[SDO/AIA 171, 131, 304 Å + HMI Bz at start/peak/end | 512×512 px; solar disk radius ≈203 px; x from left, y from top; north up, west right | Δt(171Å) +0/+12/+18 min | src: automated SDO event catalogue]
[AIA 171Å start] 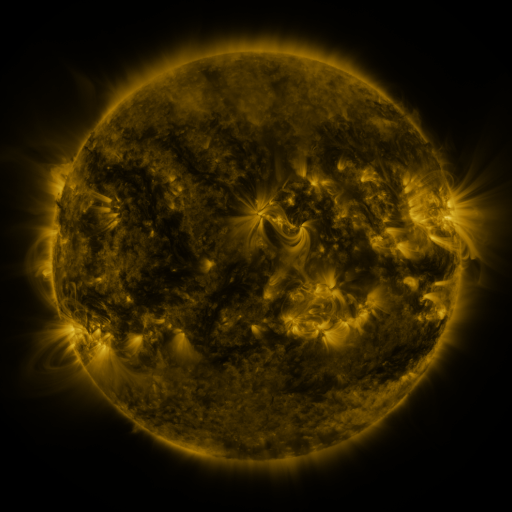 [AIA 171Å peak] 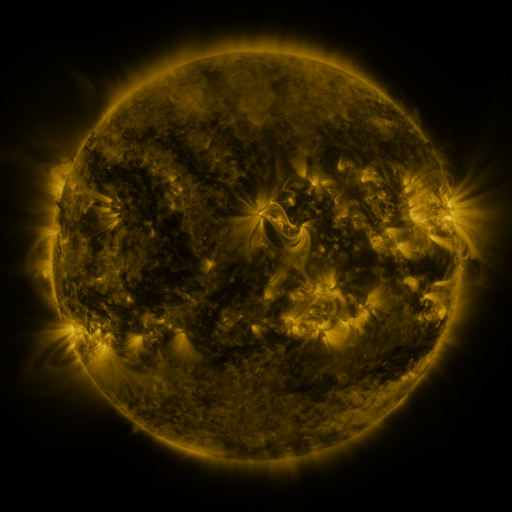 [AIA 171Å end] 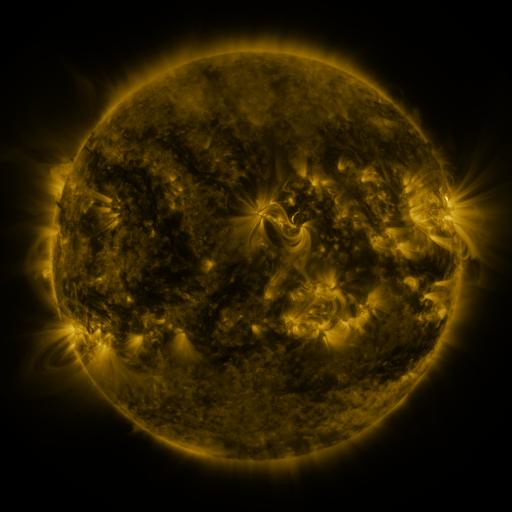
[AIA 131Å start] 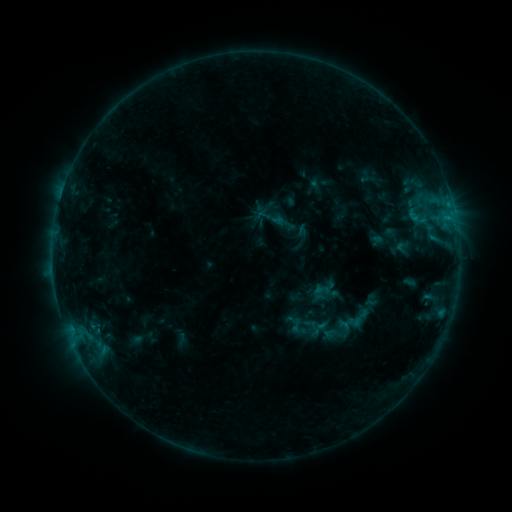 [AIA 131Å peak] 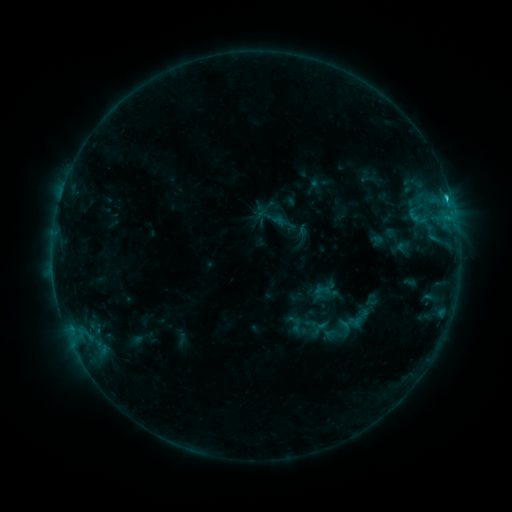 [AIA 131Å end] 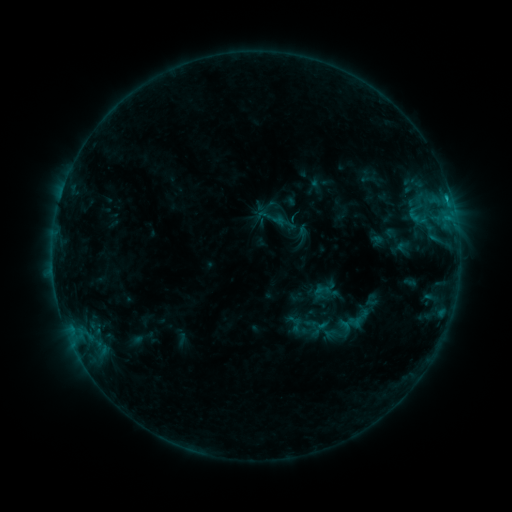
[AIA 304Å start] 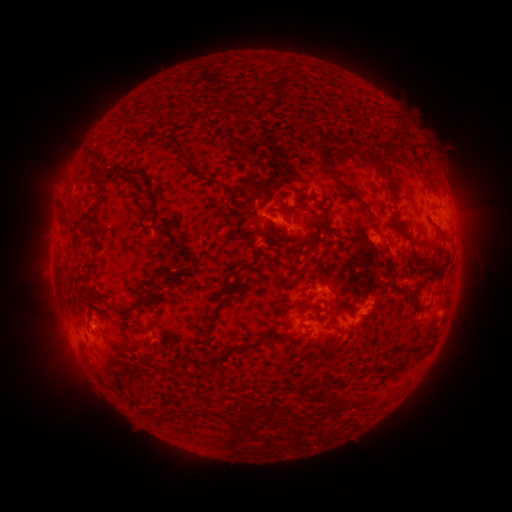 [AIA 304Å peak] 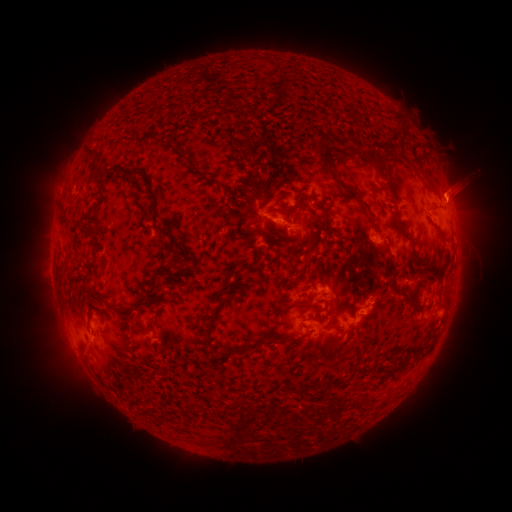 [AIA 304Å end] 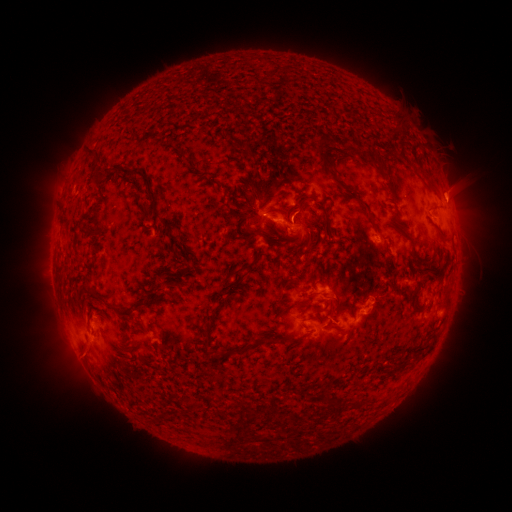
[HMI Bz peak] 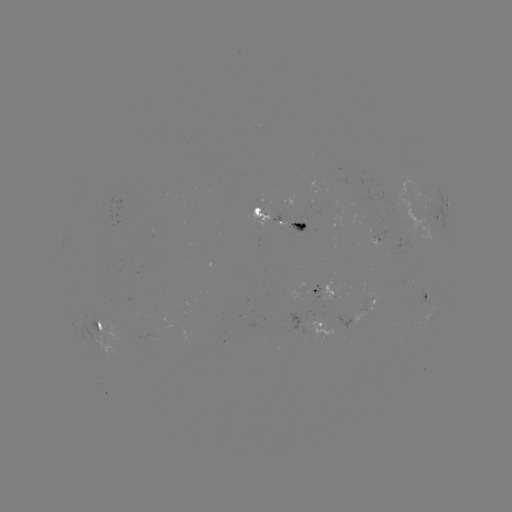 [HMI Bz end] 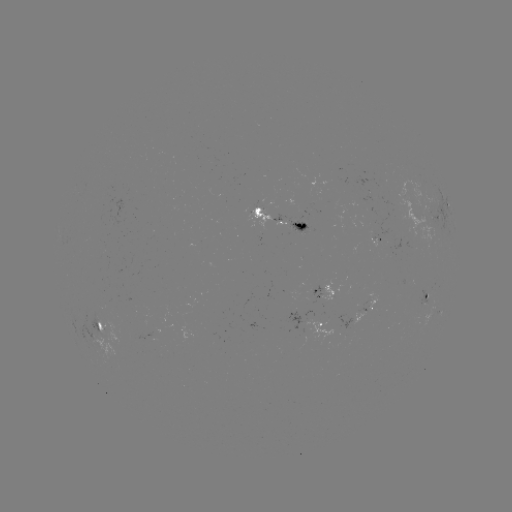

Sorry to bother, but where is B9.7 flare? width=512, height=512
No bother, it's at [446, 199].